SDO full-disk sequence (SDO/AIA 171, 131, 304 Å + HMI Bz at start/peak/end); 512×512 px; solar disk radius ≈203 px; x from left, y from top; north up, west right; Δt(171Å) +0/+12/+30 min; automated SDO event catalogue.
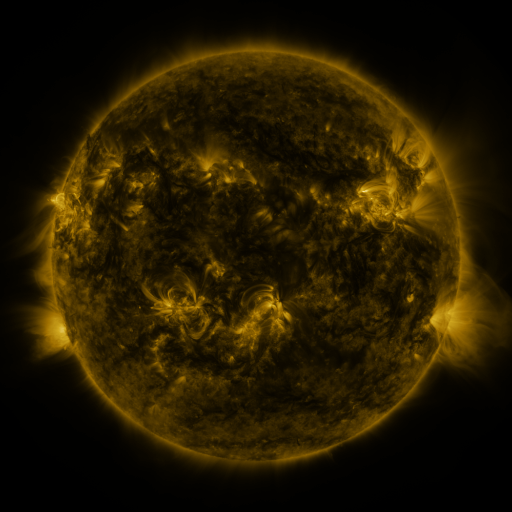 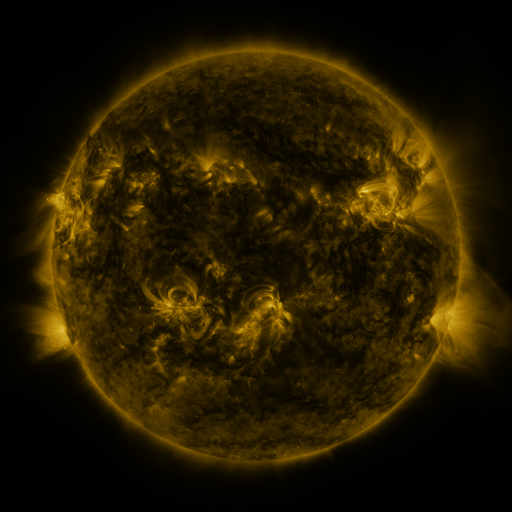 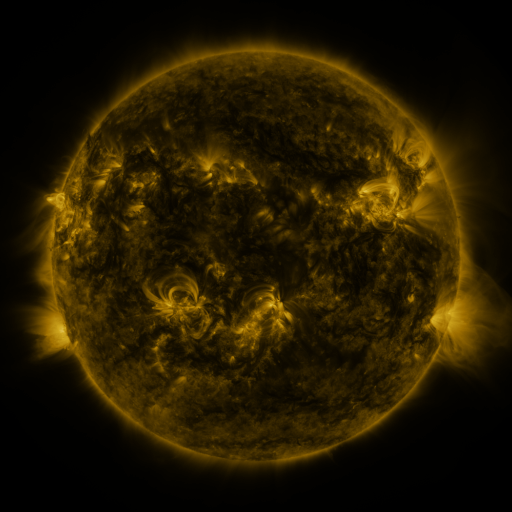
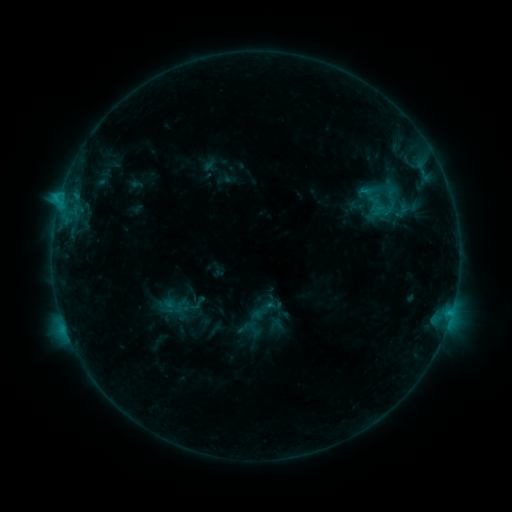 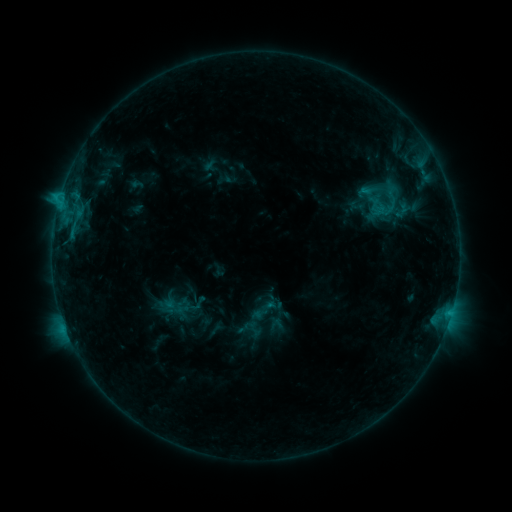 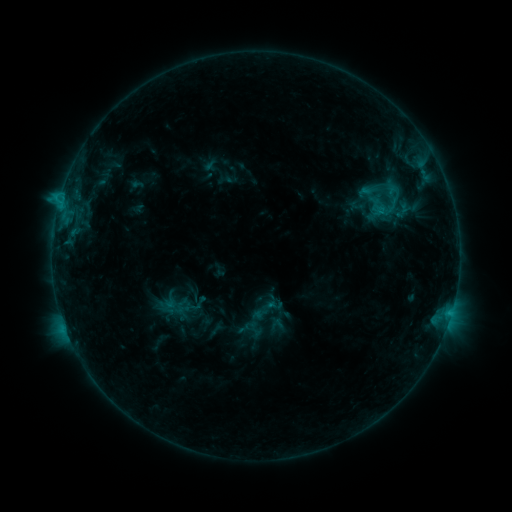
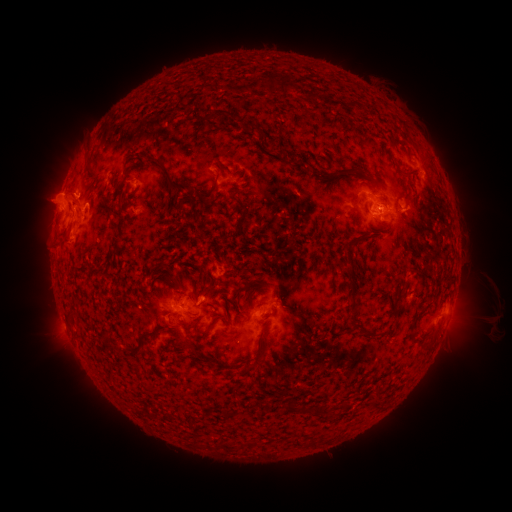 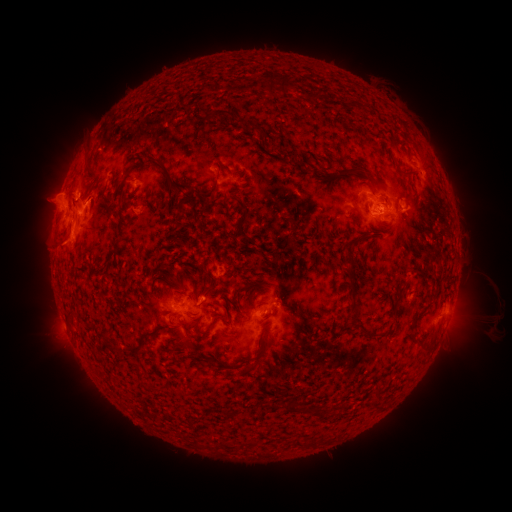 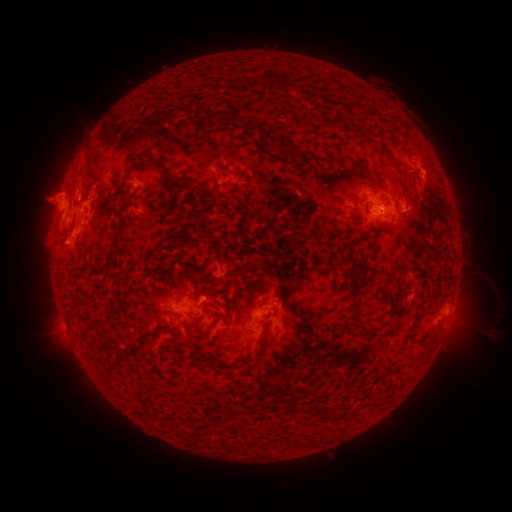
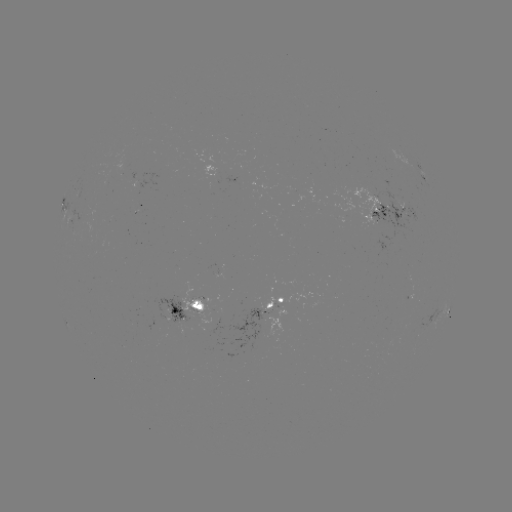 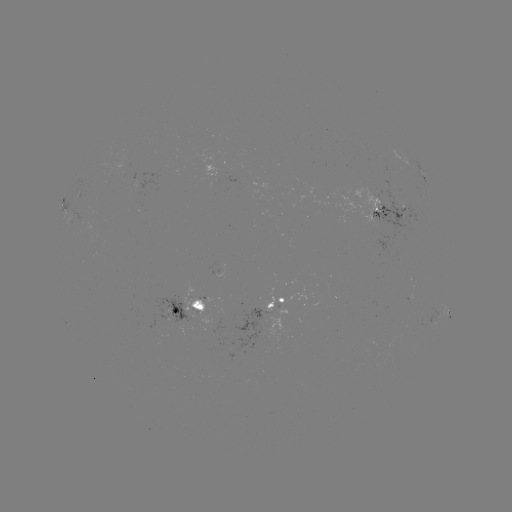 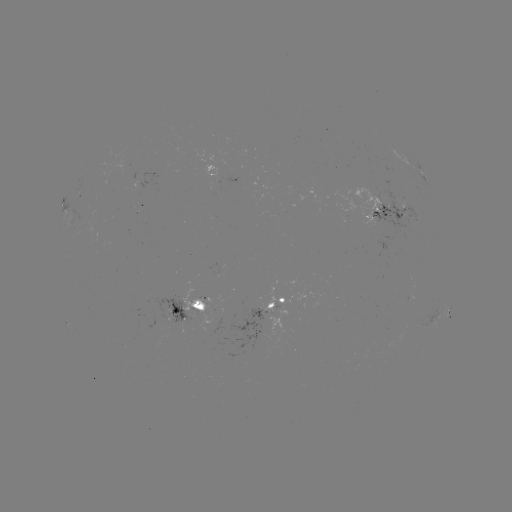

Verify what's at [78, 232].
eruption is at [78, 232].